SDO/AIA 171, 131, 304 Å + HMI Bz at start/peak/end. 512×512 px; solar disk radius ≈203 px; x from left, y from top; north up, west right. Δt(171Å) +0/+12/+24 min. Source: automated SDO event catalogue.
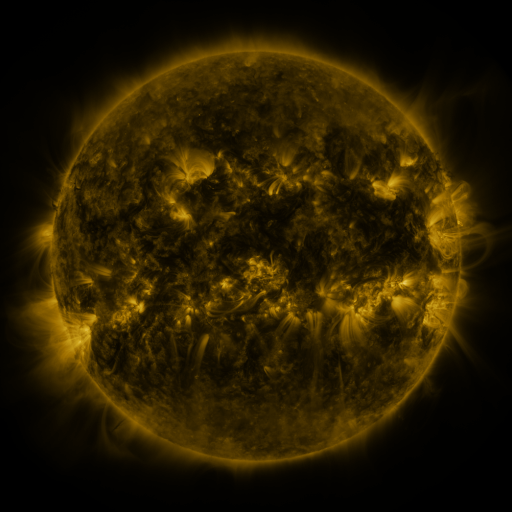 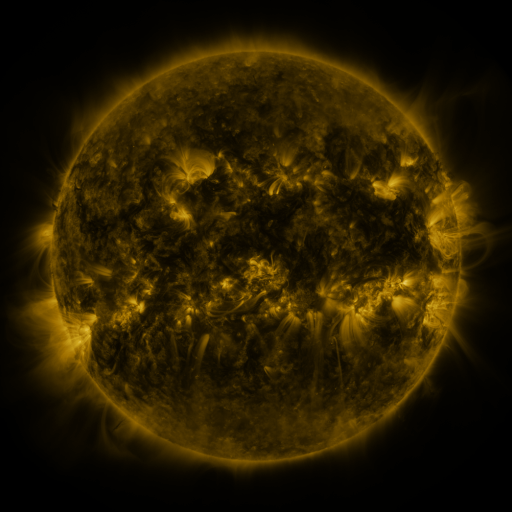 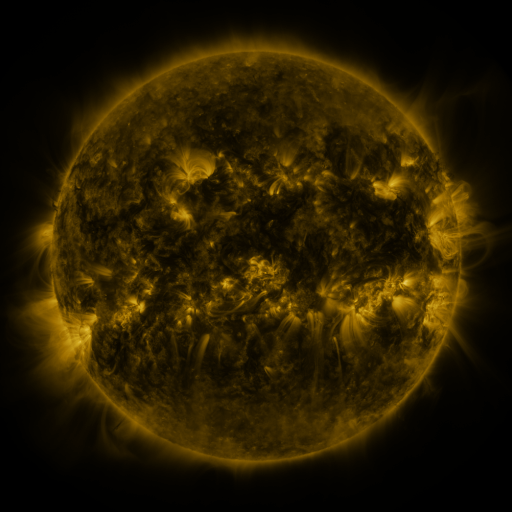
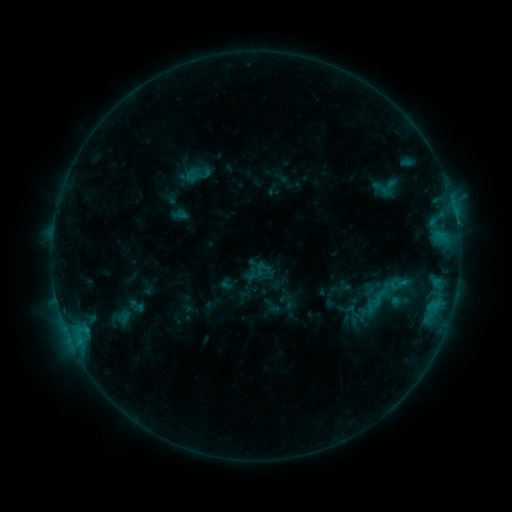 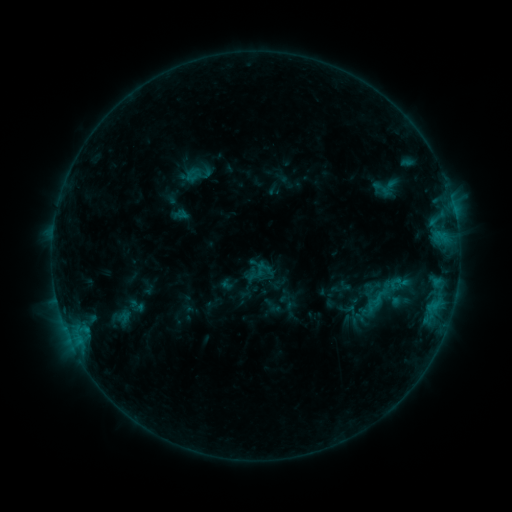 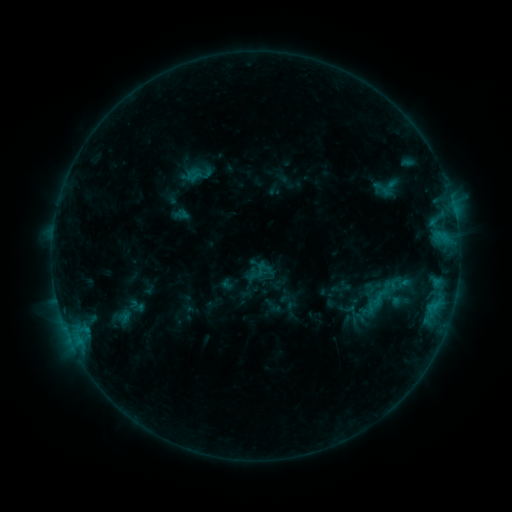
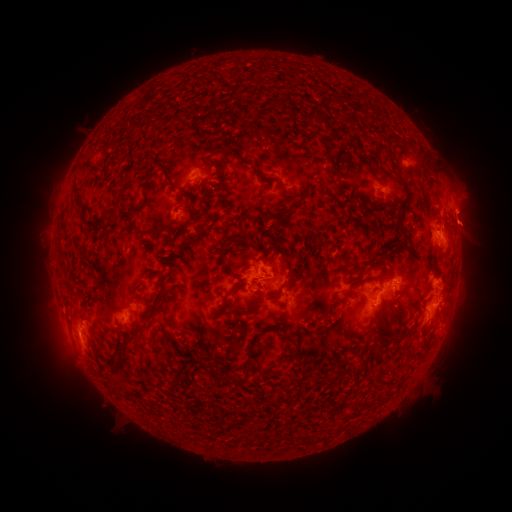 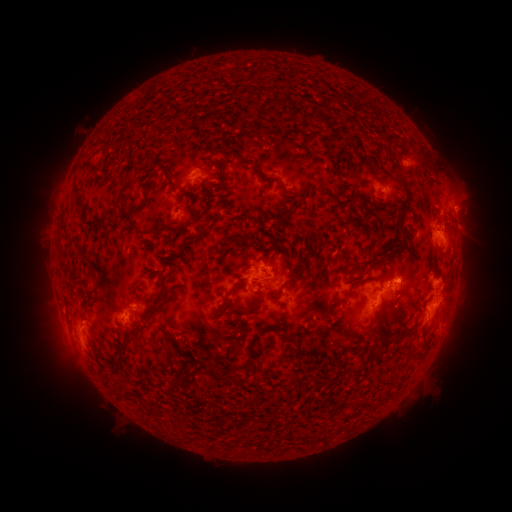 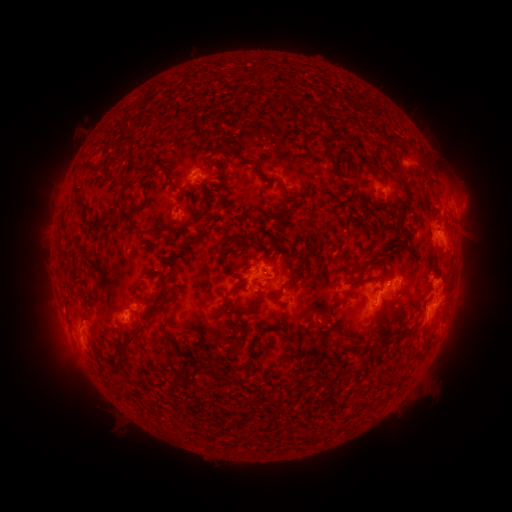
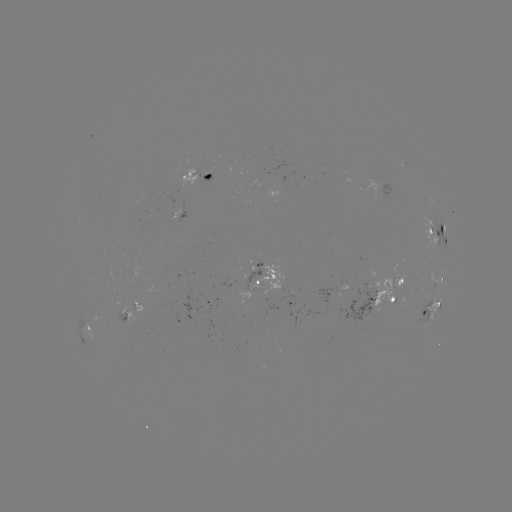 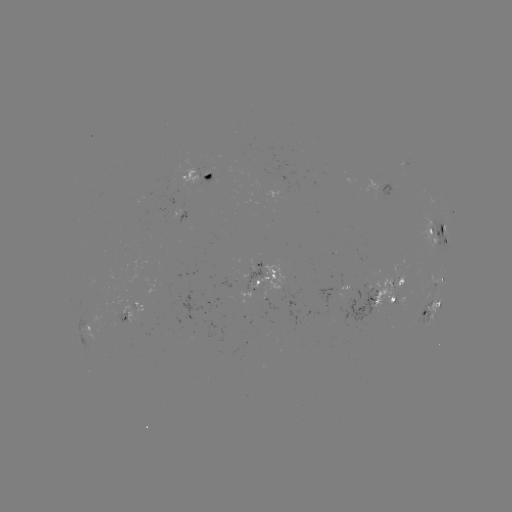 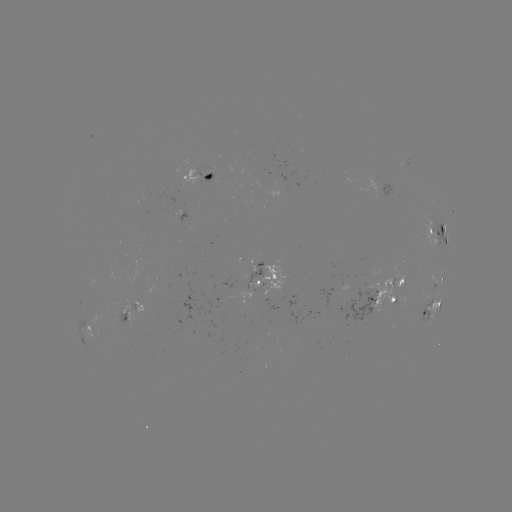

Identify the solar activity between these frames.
eruption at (470, 215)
